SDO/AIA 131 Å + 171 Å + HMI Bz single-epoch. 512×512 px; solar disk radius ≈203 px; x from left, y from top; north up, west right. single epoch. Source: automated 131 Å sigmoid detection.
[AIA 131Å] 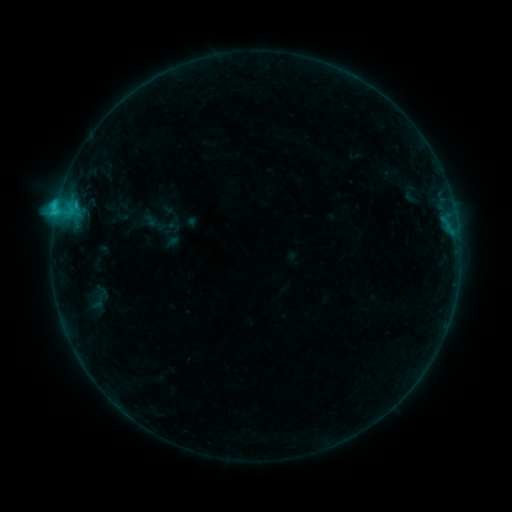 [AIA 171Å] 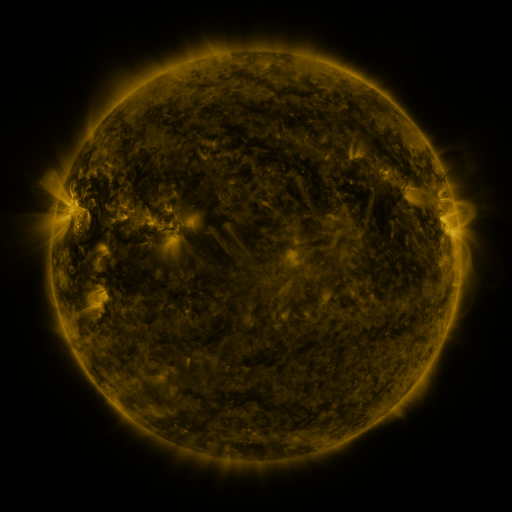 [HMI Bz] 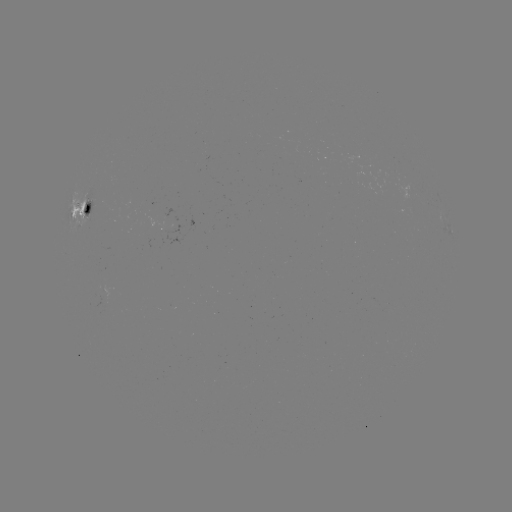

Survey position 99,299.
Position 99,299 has sigmoid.